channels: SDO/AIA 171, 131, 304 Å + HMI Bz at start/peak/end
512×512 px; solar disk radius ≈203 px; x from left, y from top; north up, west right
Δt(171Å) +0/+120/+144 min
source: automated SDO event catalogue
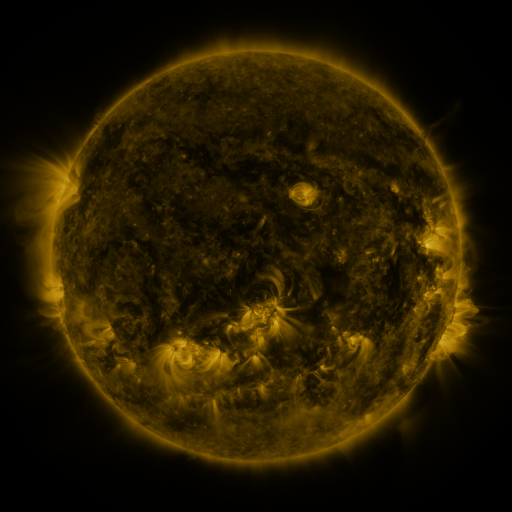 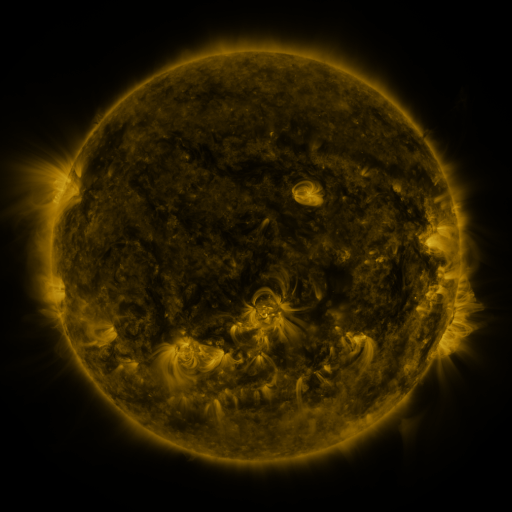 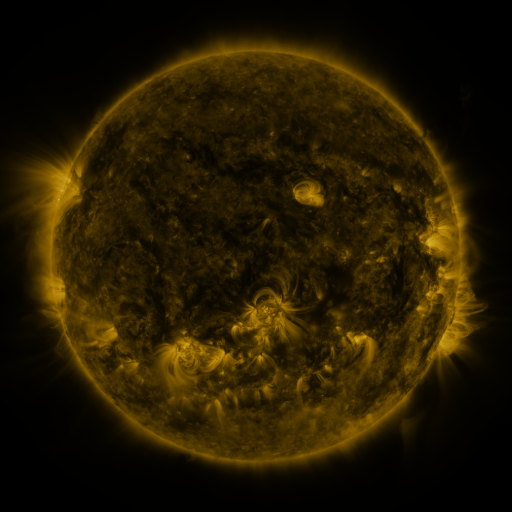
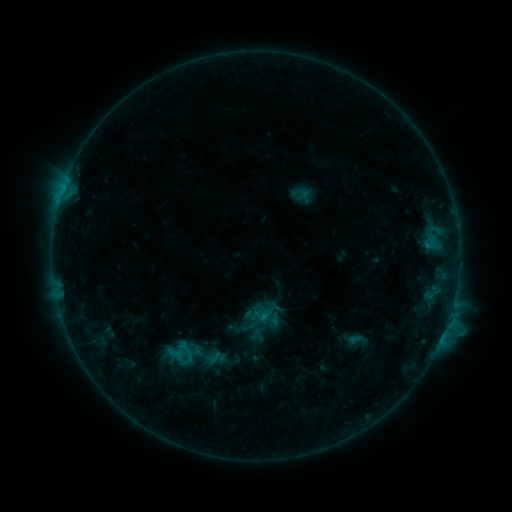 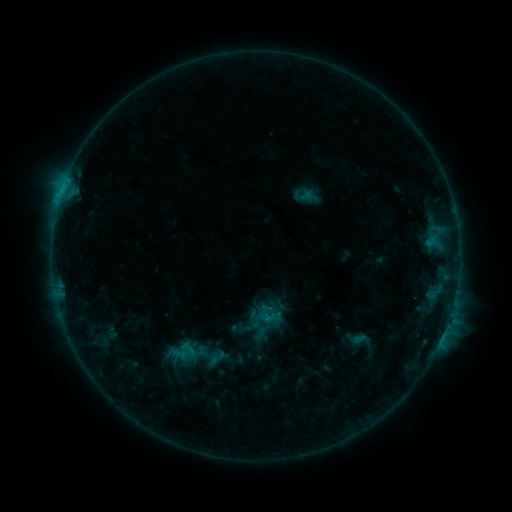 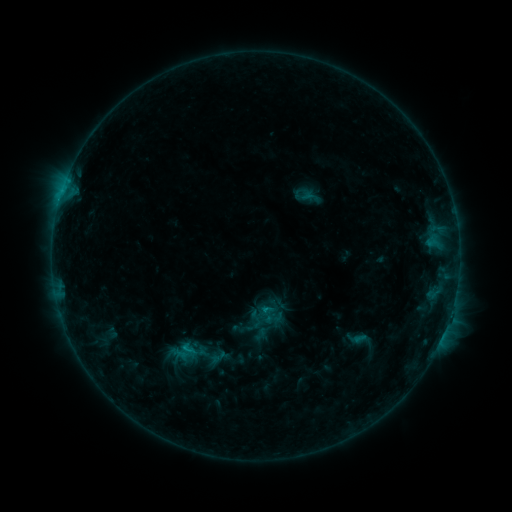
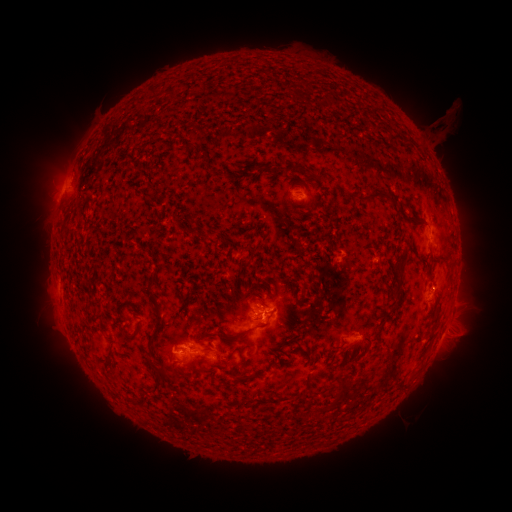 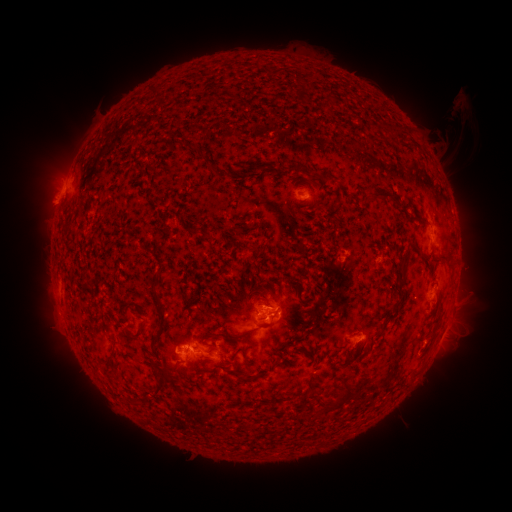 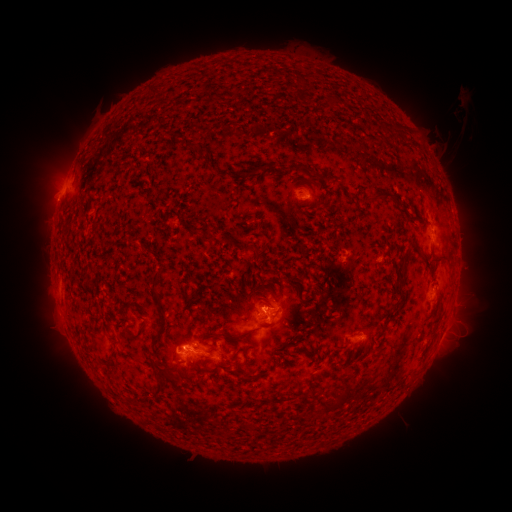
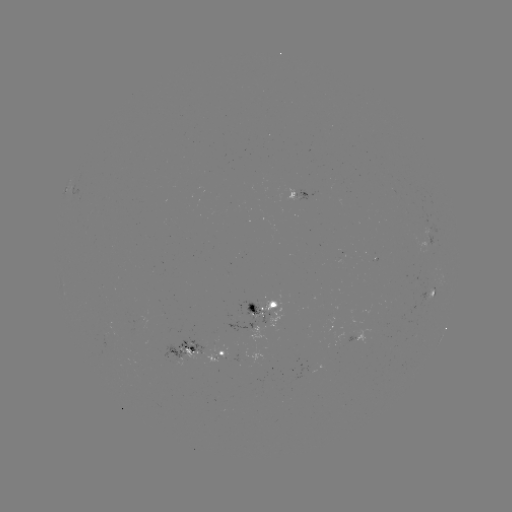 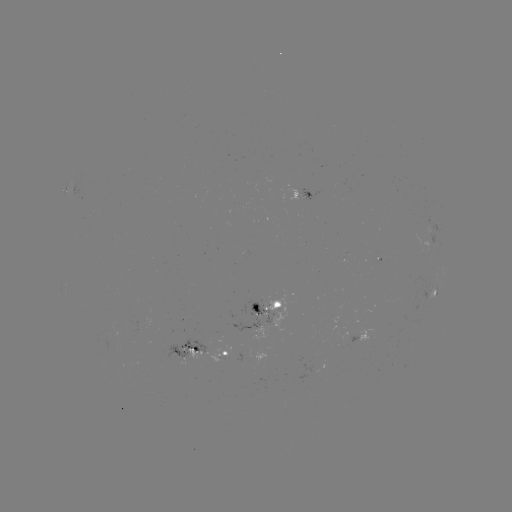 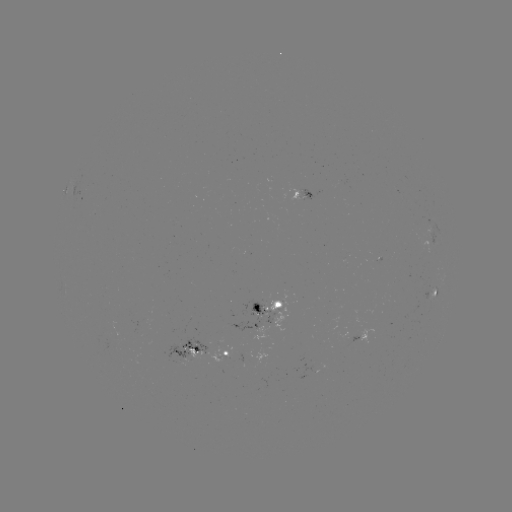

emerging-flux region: <bbox>299, 190, 319, 201</bbox>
